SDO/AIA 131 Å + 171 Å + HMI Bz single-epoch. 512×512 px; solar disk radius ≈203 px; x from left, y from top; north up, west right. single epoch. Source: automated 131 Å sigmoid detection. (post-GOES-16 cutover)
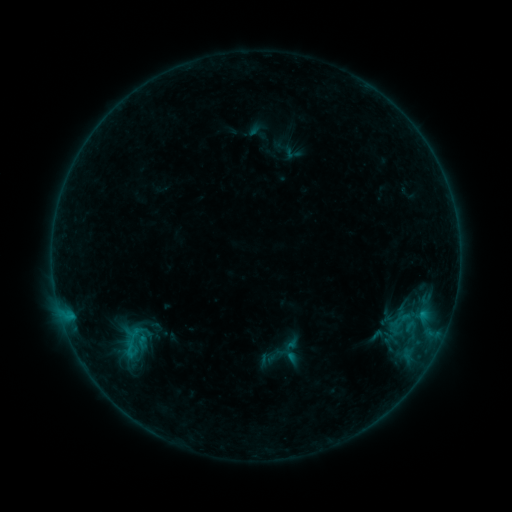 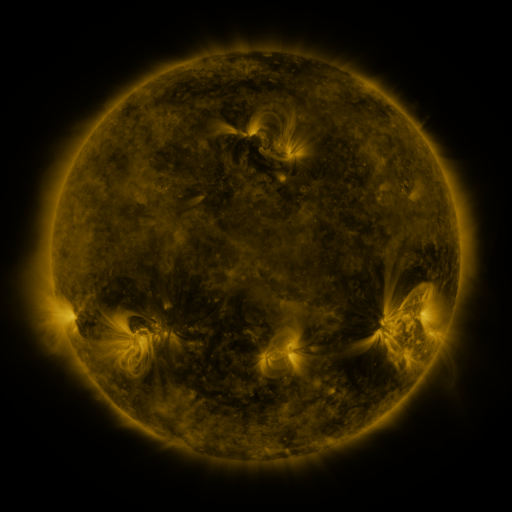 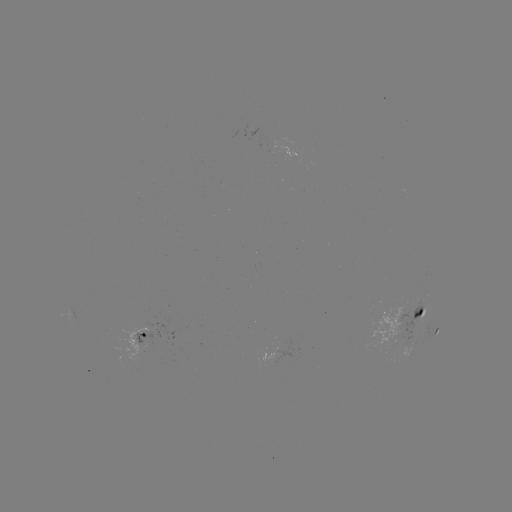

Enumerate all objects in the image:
sigmoid: (401, 320)
sigmoid: (129, 349)
